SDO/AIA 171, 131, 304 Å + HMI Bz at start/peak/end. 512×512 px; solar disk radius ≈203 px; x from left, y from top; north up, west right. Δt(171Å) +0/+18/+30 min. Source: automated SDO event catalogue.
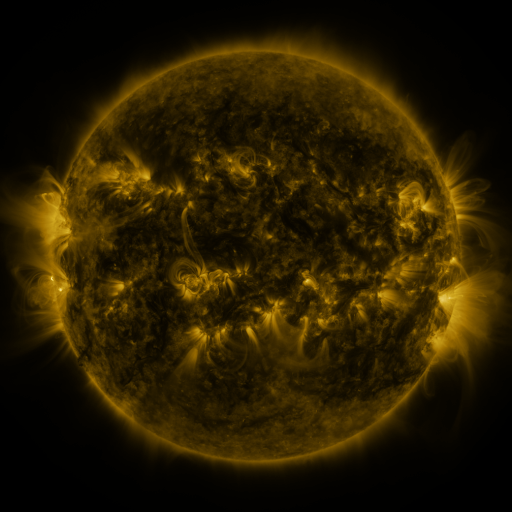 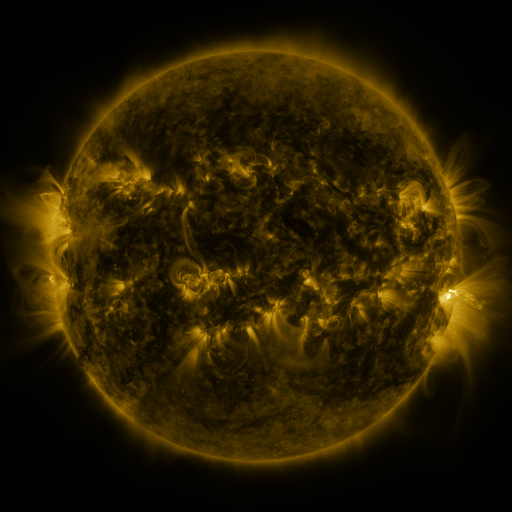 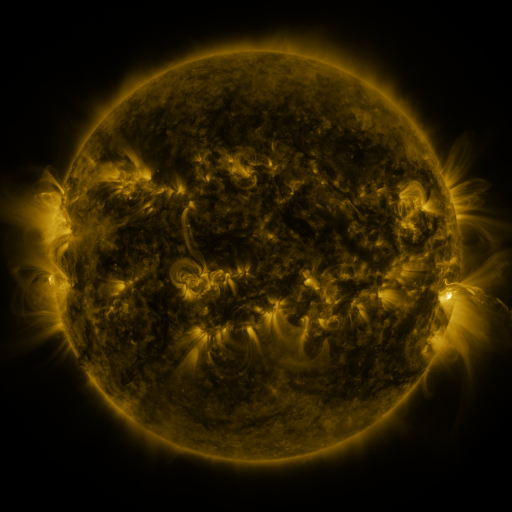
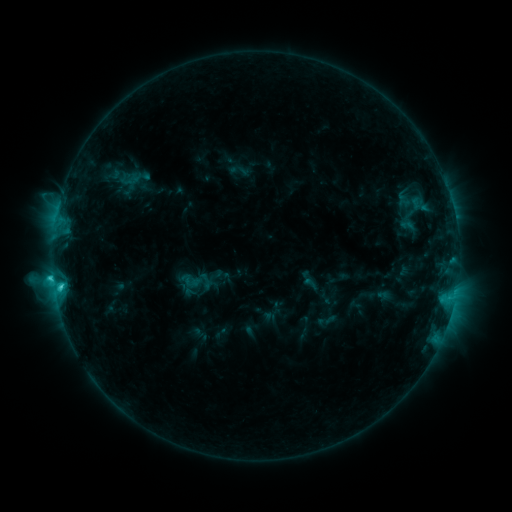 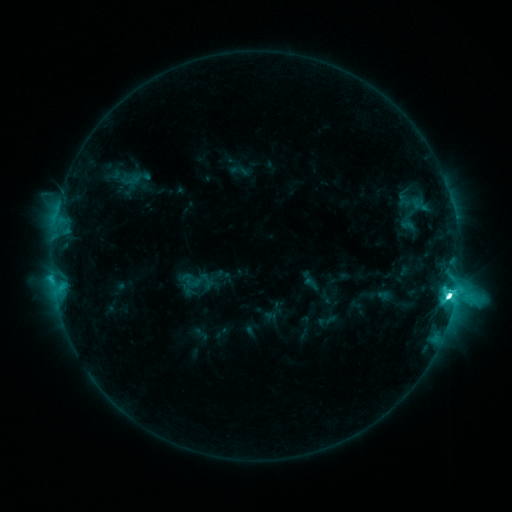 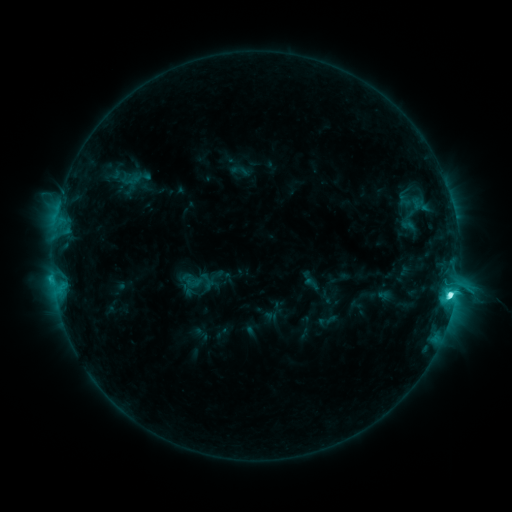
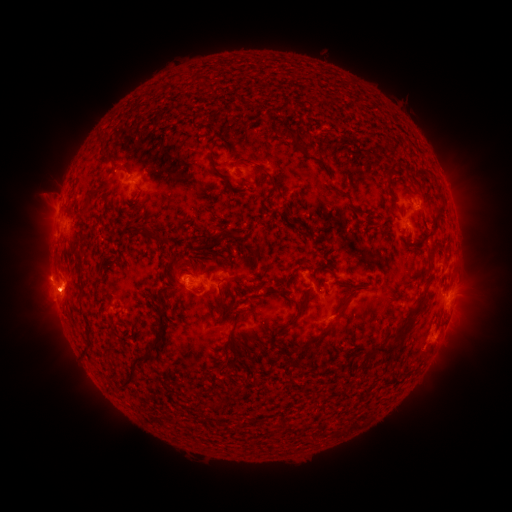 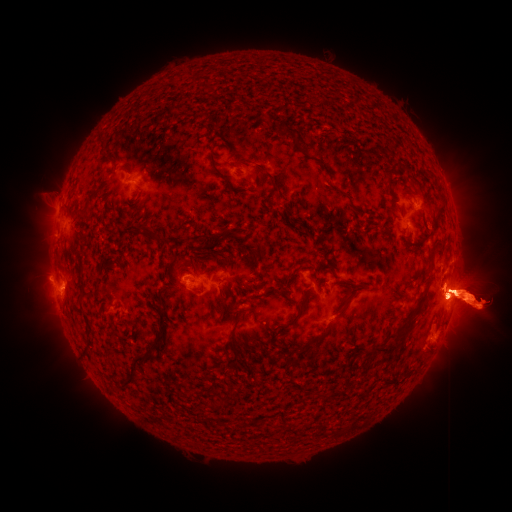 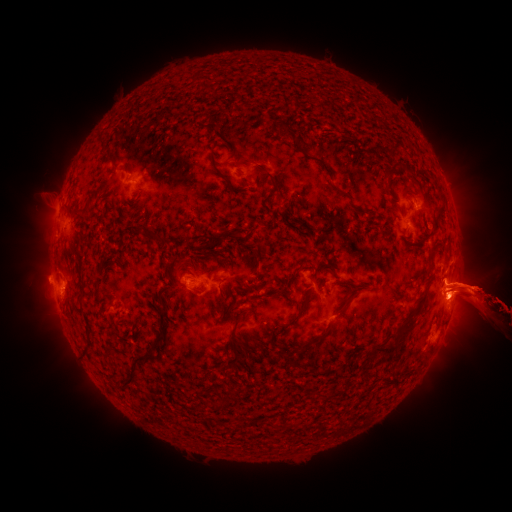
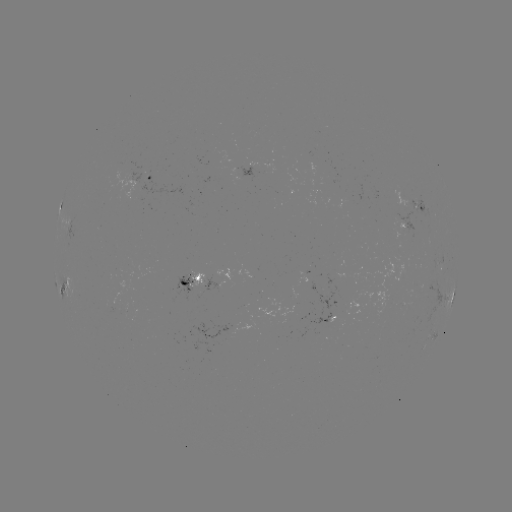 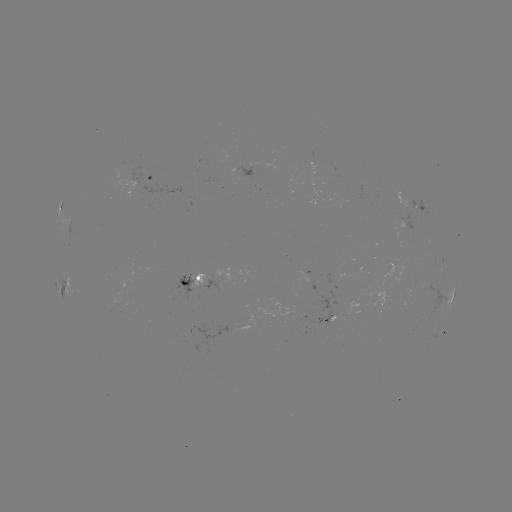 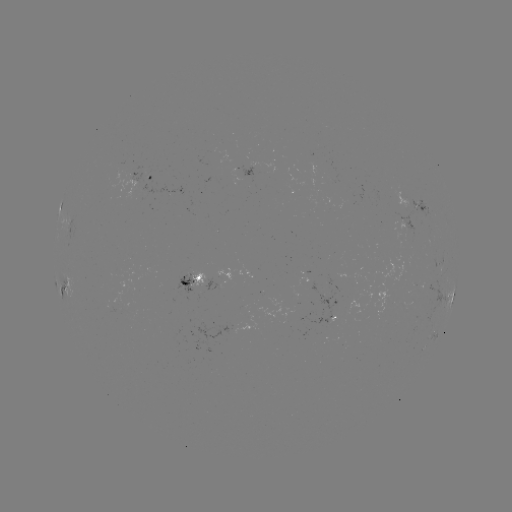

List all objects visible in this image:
eruption: (463, 288)
